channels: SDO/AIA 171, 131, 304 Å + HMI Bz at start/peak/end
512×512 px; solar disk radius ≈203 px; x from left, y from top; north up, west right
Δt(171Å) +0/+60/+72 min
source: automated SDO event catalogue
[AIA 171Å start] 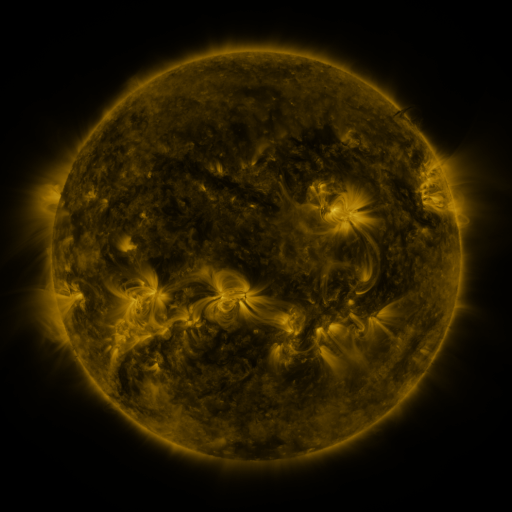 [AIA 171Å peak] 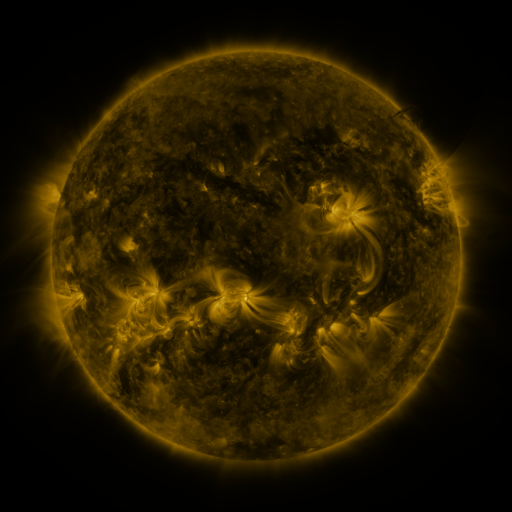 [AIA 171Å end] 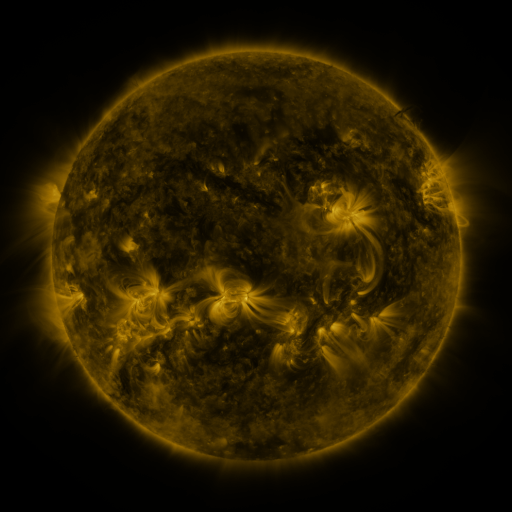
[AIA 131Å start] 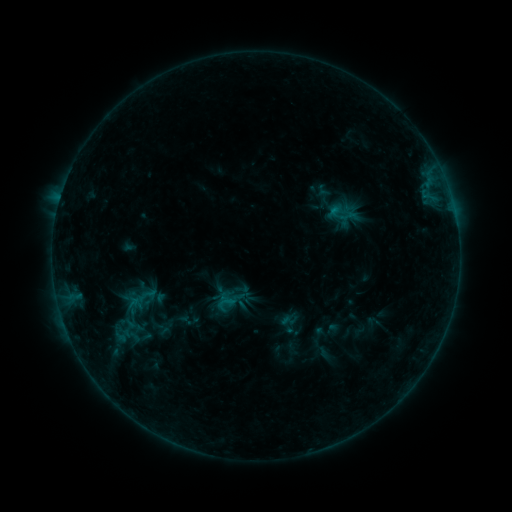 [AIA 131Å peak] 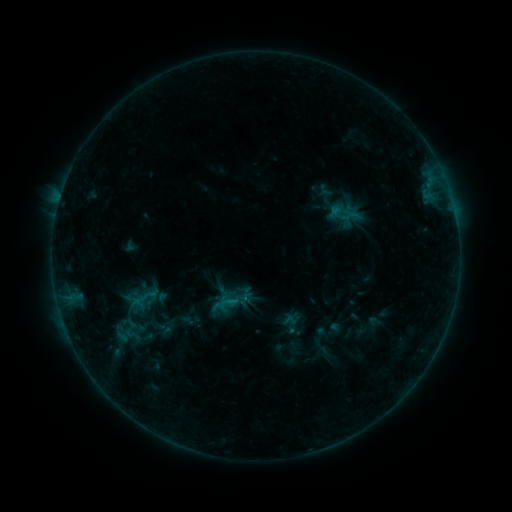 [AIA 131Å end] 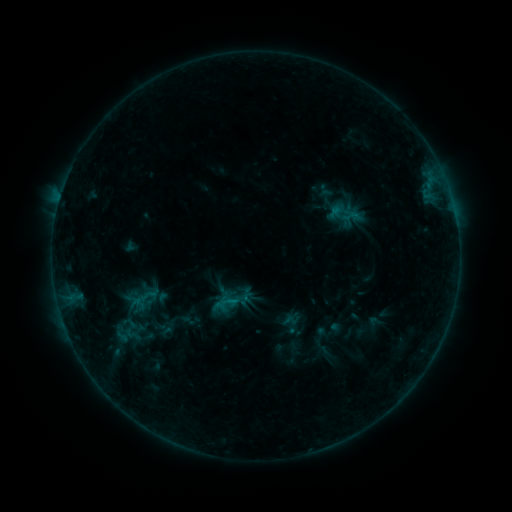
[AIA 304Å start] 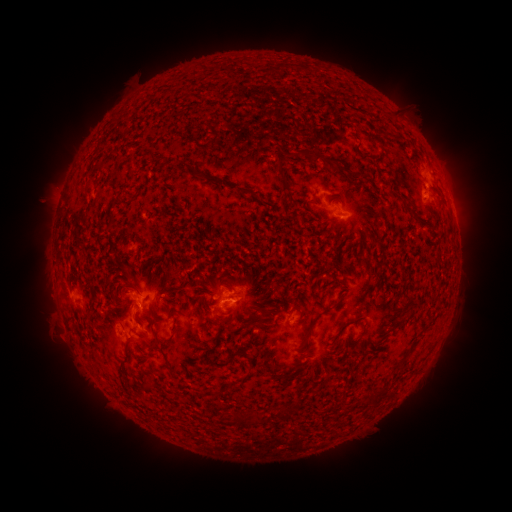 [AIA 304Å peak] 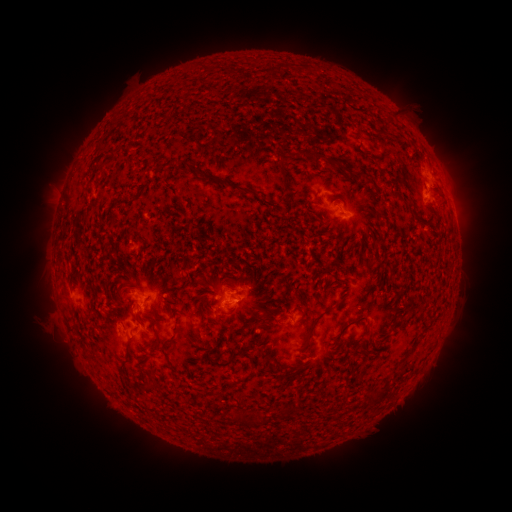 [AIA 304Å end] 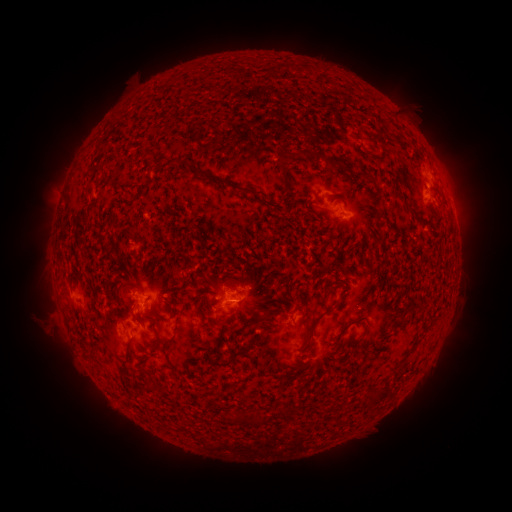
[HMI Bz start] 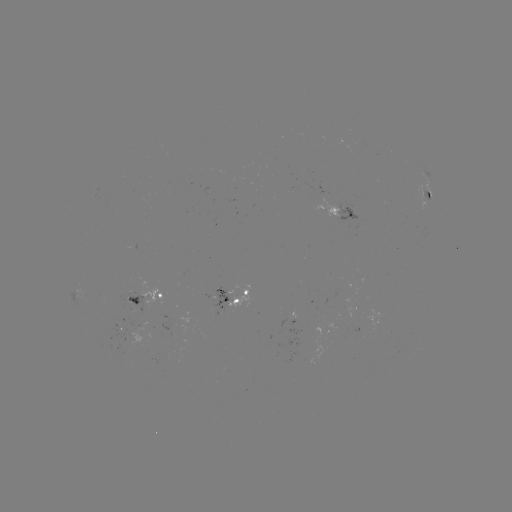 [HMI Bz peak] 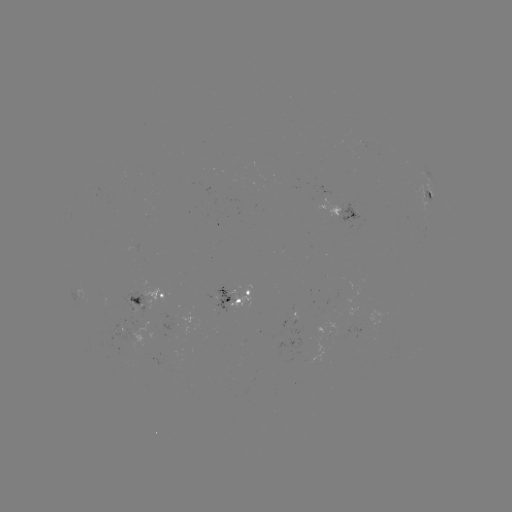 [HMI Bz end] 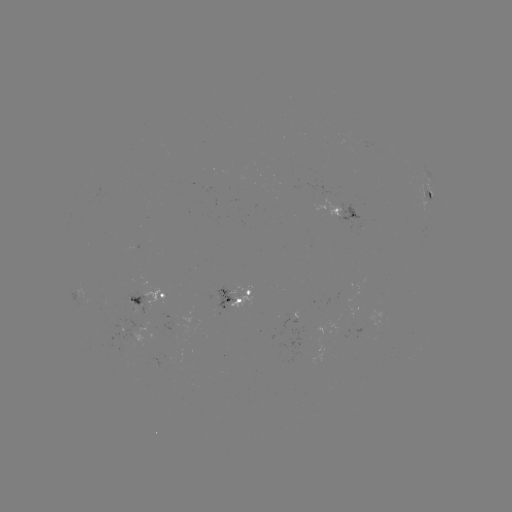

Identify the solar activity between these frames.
emerging-flux region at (355, 310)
